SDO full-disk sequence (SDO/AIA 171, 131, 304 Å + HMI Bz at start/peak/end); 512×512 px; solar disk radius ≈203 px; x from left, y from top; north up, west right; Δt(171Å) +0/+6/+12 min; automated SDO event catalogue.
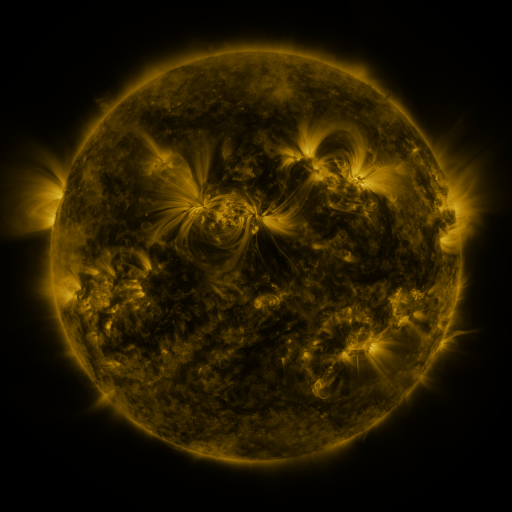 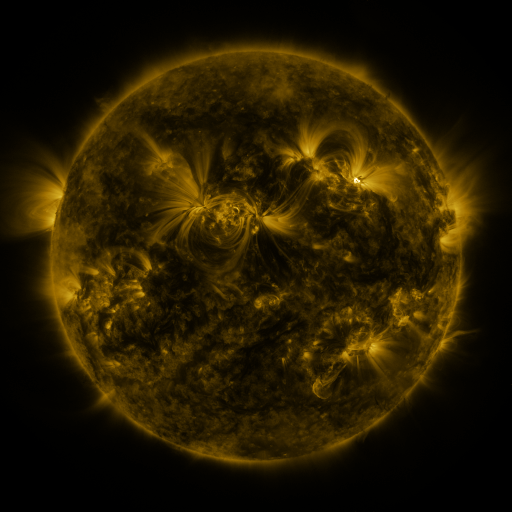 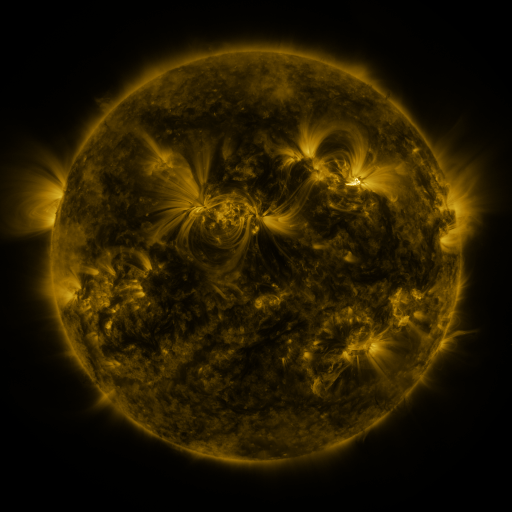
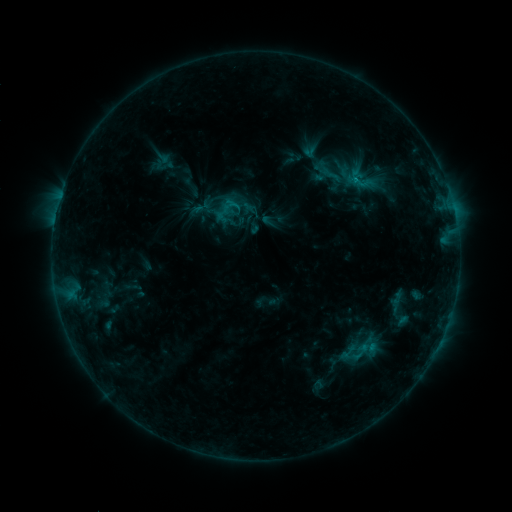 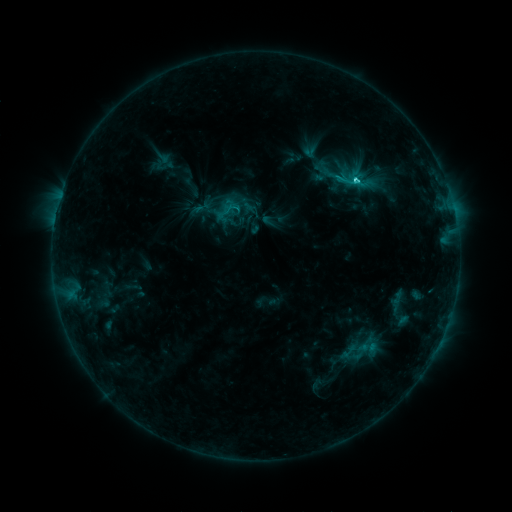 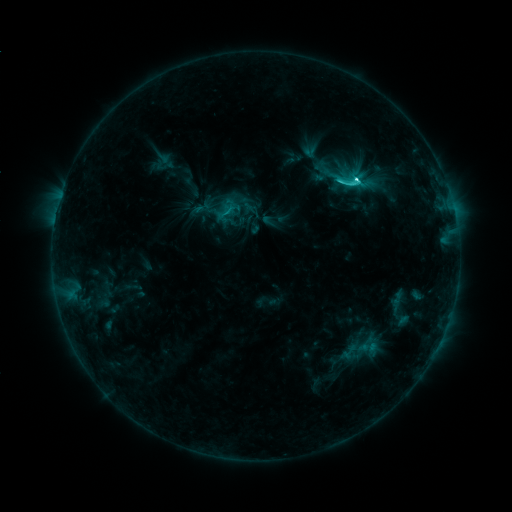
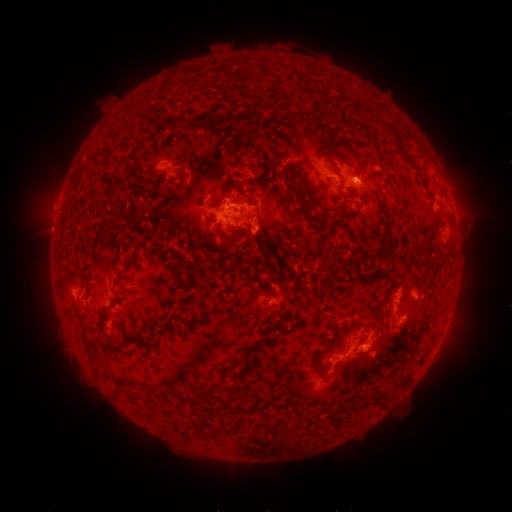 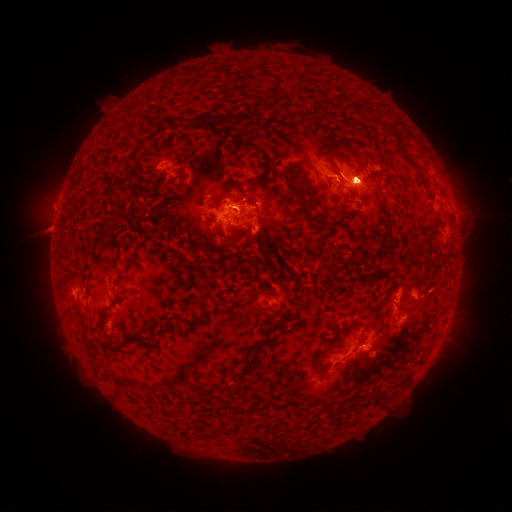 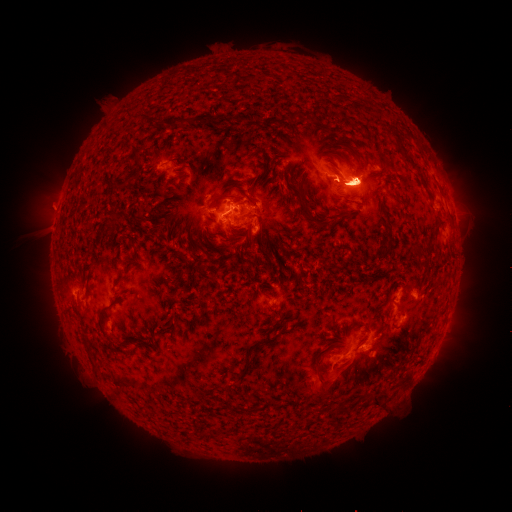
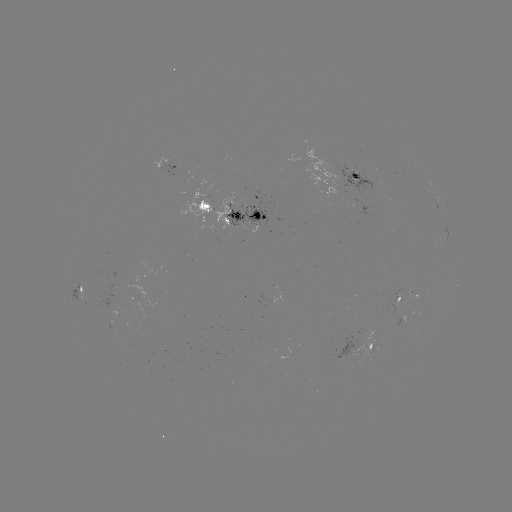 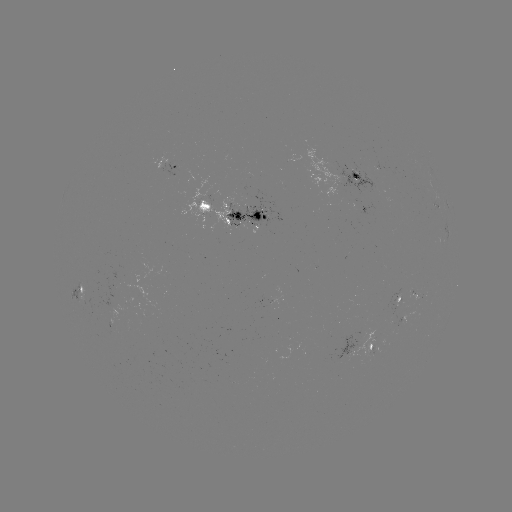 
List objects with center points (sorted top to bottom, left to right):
eruption: (357, 239)
